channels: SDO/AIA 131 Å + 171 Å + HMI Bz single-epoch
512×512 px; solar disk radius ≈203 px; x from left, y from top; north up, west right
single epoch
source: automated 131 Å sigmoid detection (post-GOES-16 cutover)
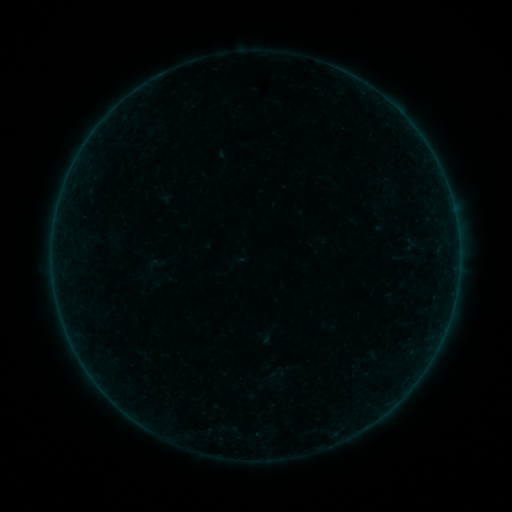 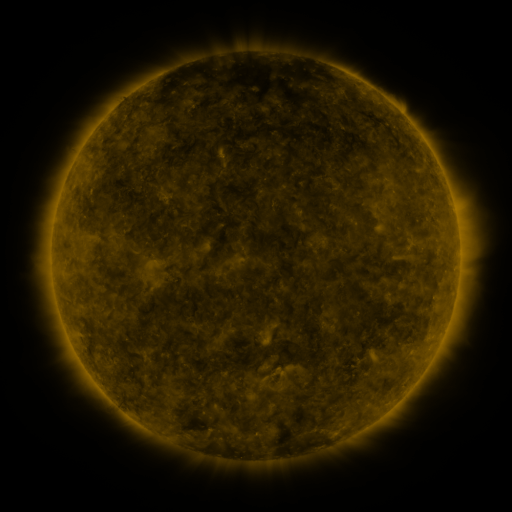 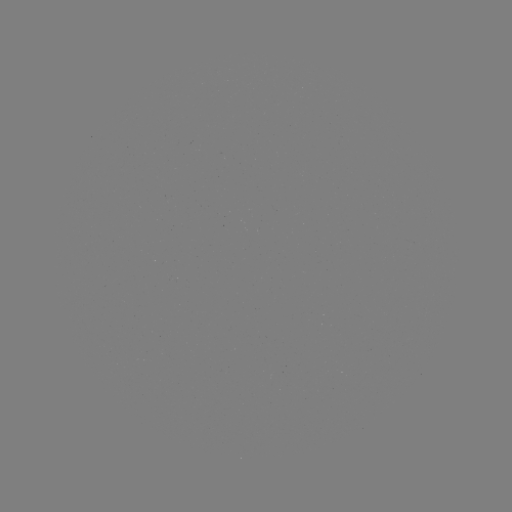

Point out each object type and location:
sigmoid: (148, 253, 165, 273)
